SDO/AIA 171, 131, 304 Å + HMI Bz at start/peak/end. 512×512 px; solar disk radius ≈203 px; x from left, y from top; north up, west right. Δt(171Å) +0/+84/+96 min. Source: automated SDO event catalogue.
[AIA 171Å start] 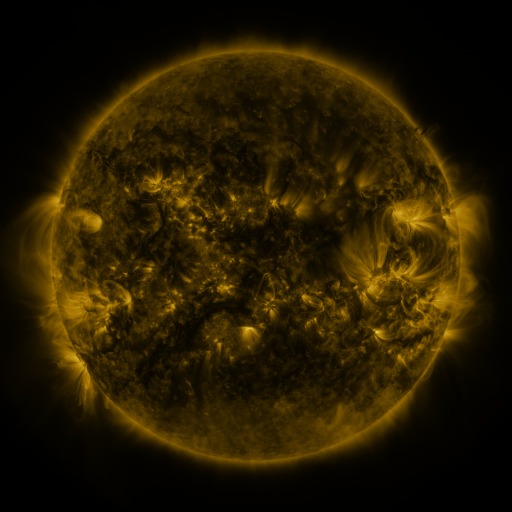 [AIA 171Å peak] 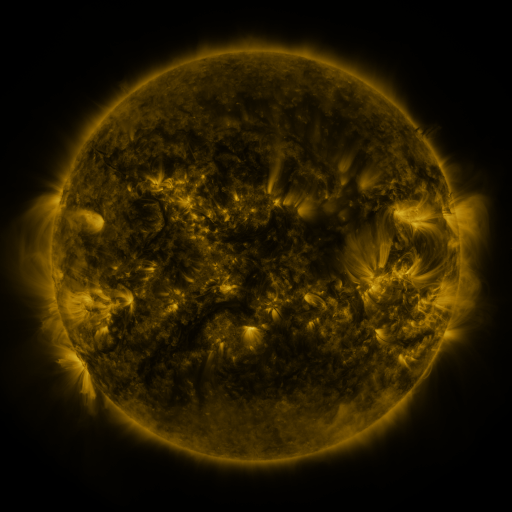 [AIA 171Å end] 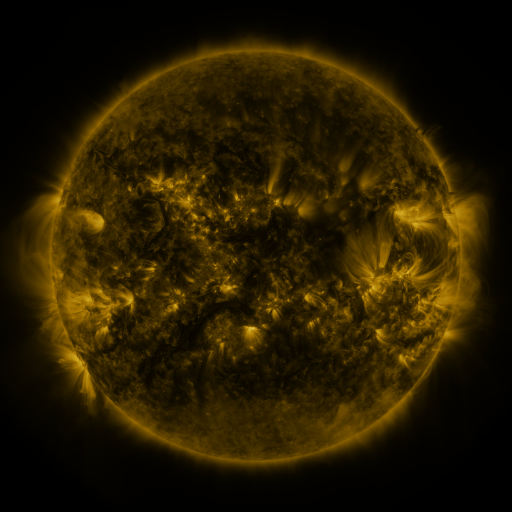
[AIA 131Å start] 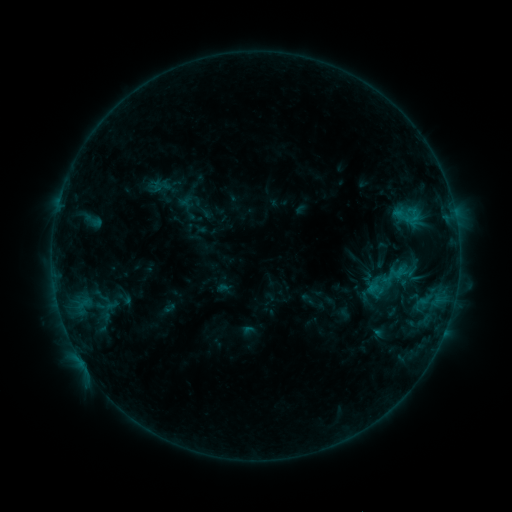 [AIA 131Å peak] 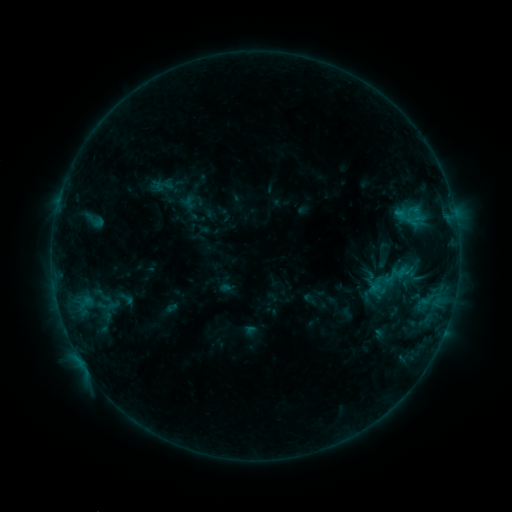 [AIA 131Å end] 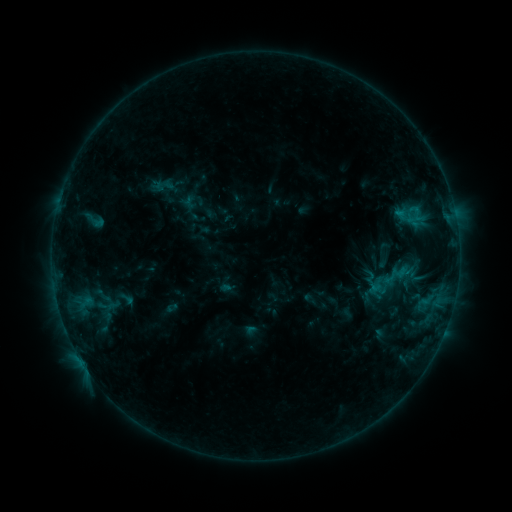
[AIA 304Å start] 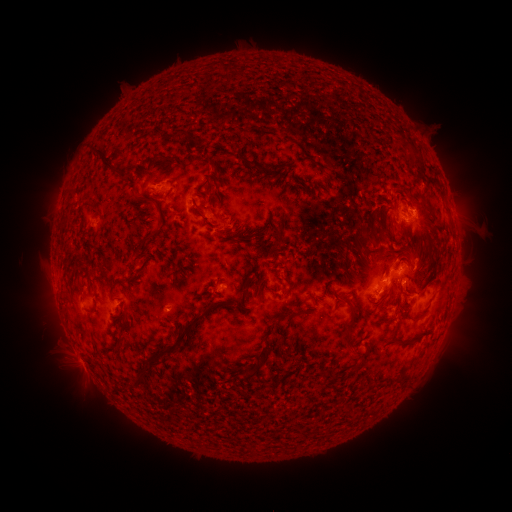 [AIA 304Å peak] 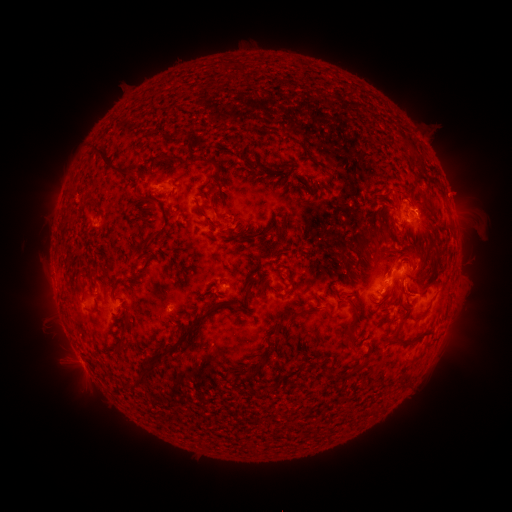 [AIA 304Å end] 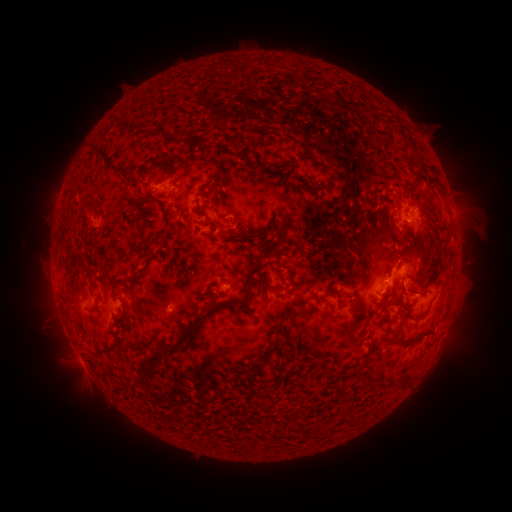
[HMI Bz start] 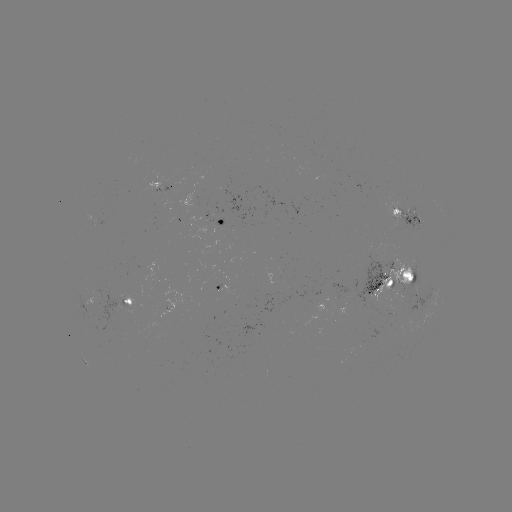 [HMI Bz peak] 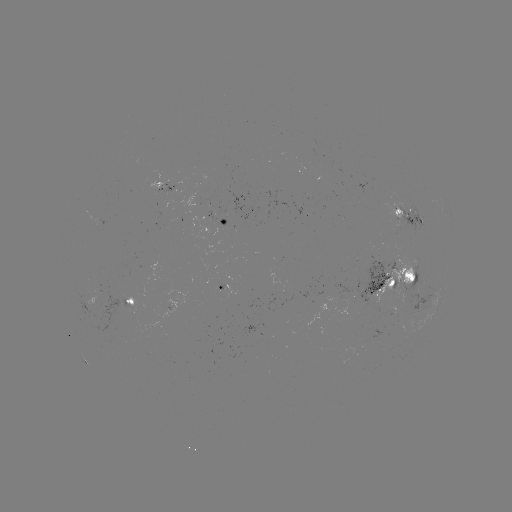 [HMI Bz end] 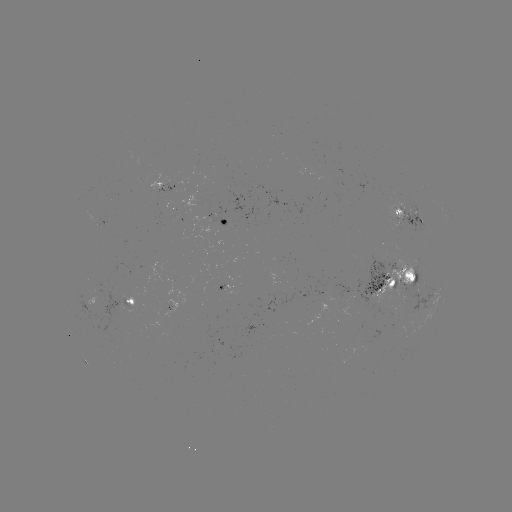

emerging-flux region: <bbox>377, 258, 418, 306</bbox>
